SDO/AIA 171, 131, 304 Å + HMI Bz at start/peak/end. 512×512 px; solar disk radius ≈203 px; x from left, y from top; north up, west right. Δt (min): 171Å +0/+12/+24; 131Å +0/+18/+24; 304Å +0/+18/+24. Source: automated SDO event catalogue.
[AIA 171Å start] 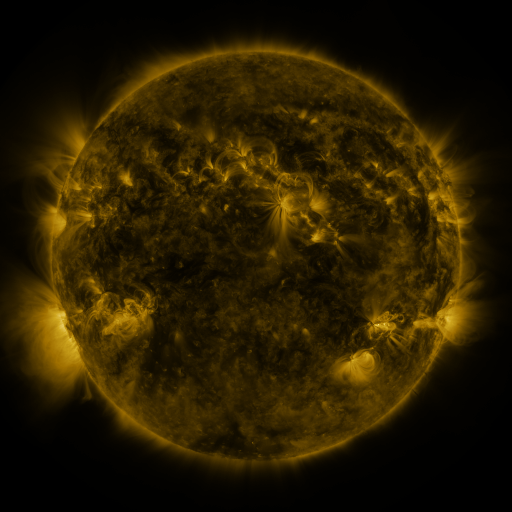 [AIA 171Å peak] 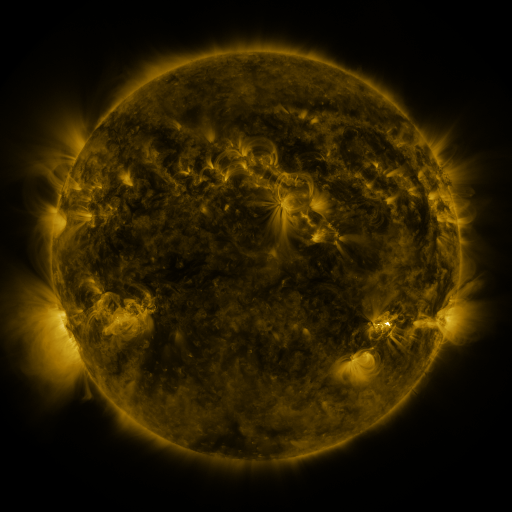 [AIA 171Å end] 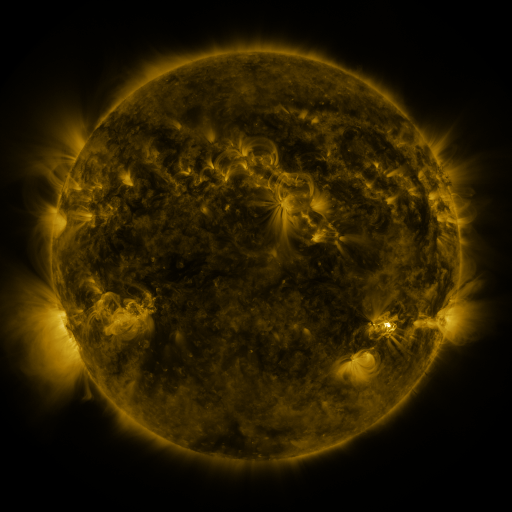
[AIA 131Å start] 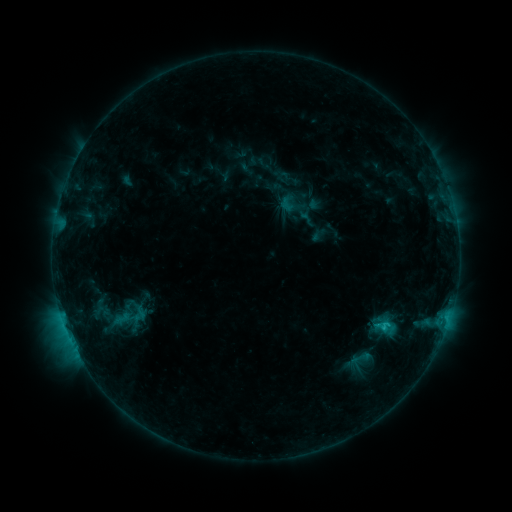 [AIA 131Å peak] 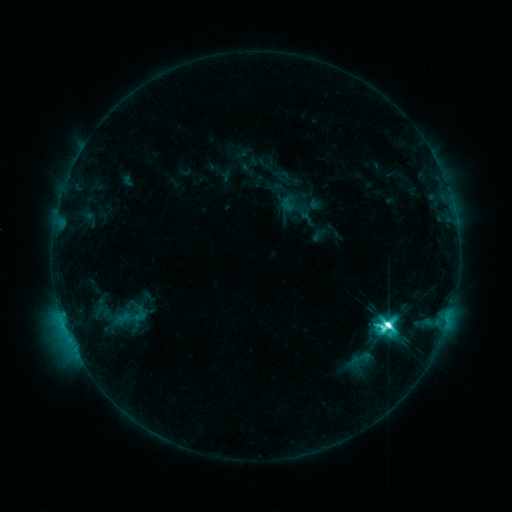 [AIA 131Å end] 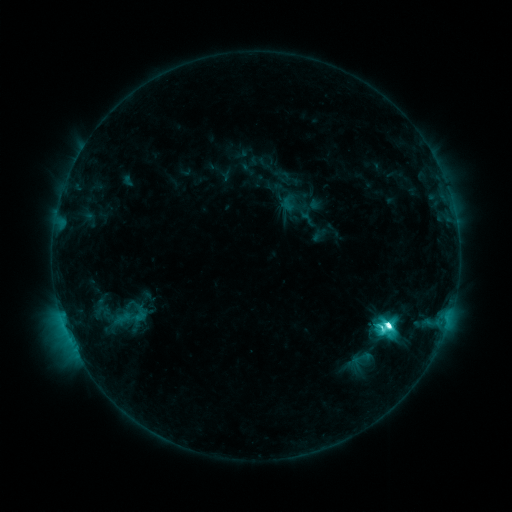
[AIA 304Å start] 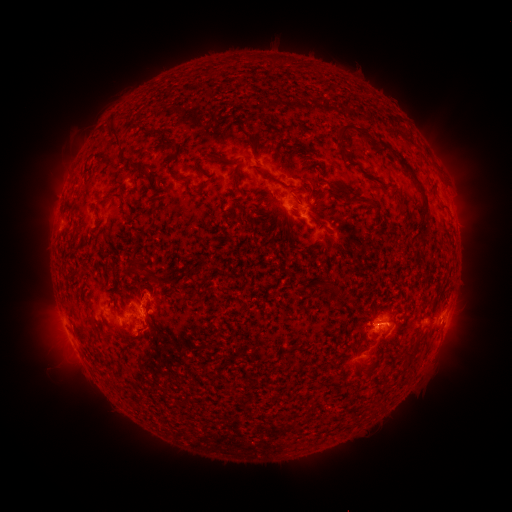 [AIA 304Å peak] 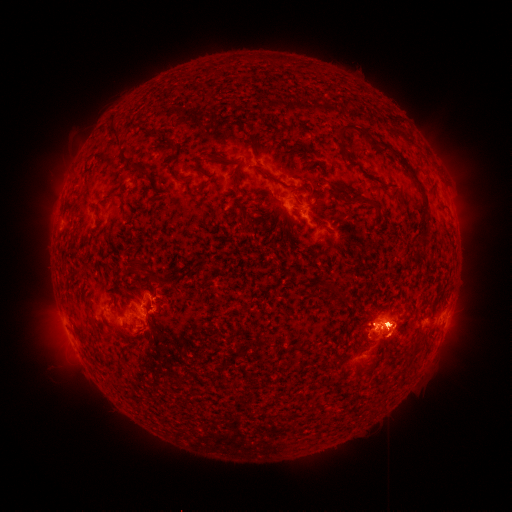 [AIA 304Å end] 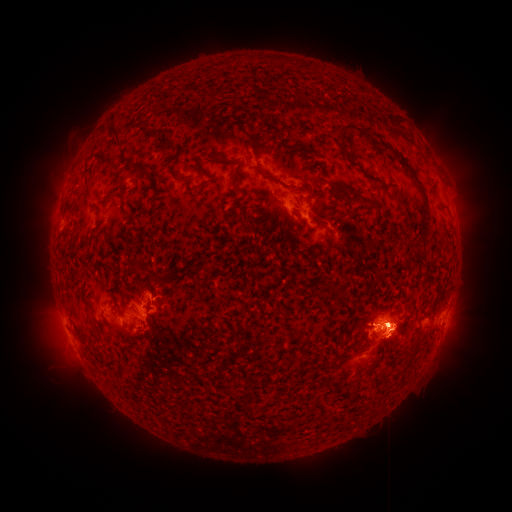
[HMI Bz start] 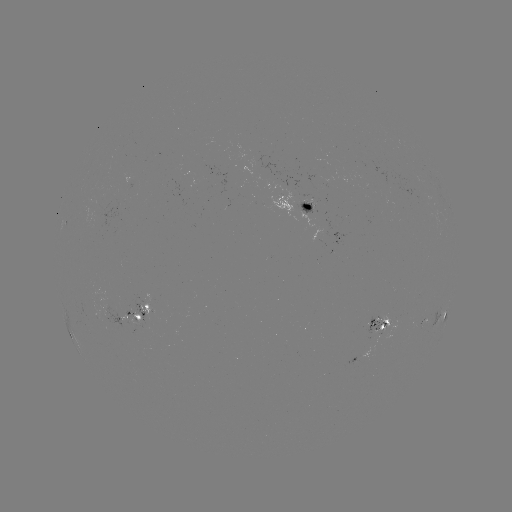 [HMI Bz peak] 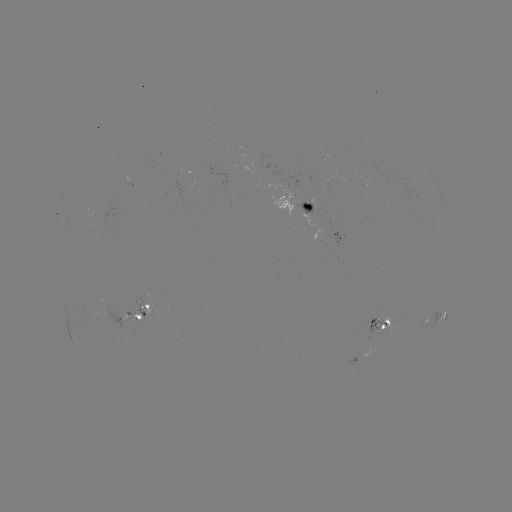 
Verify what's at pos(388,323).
M2.3 flare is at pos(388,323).